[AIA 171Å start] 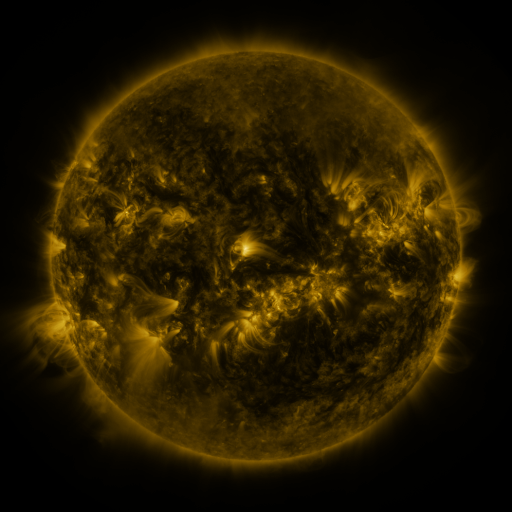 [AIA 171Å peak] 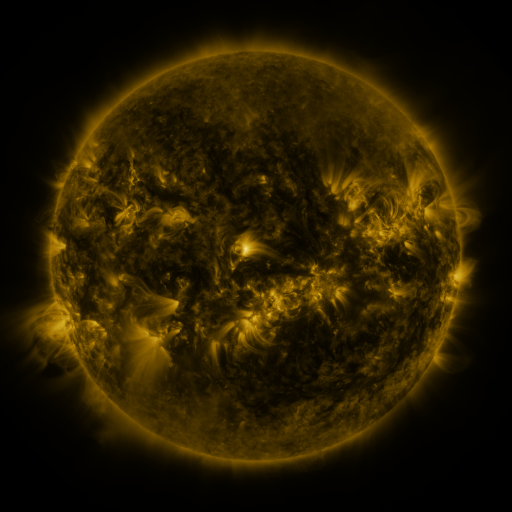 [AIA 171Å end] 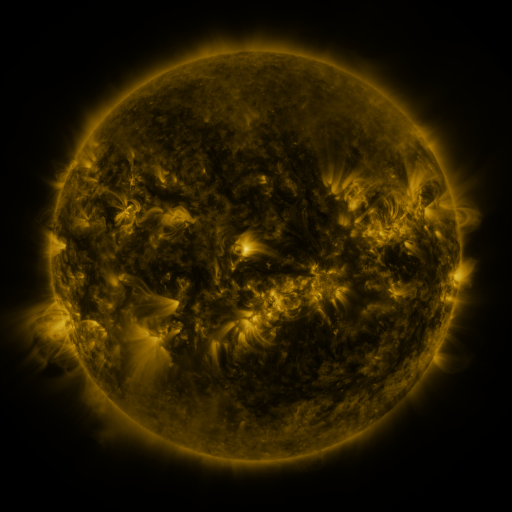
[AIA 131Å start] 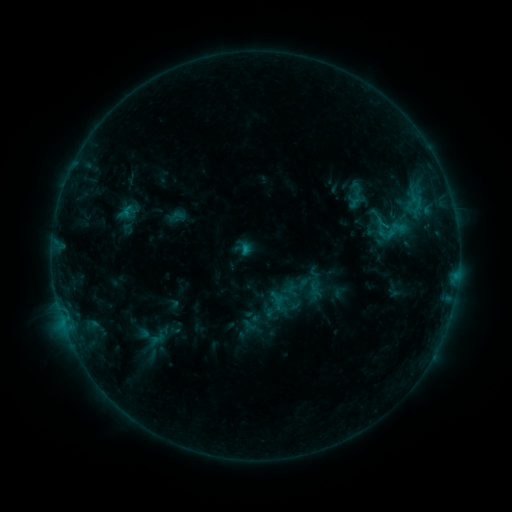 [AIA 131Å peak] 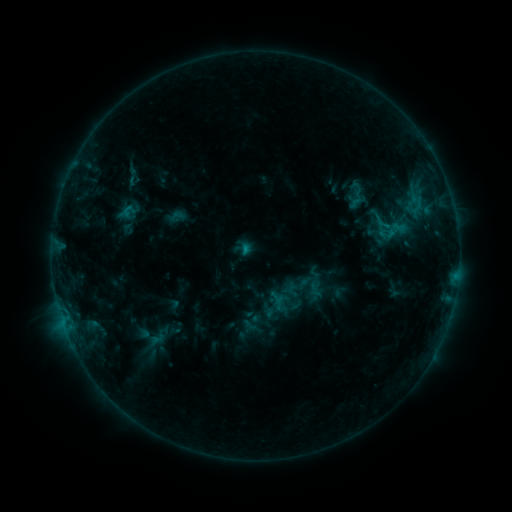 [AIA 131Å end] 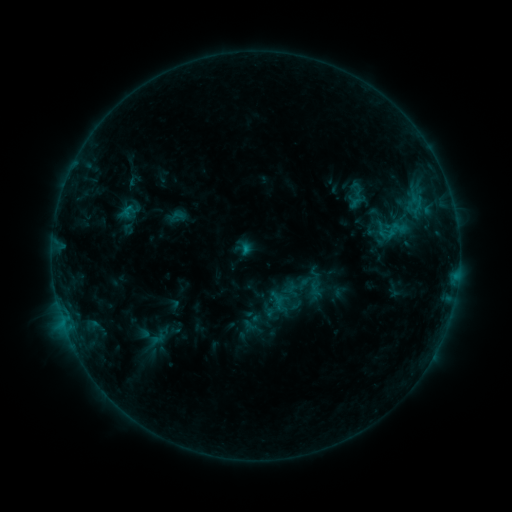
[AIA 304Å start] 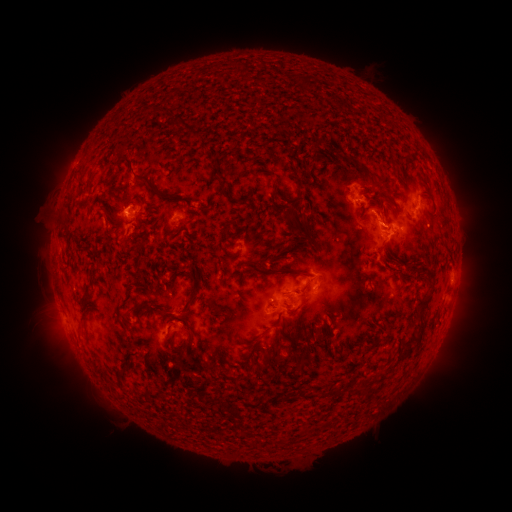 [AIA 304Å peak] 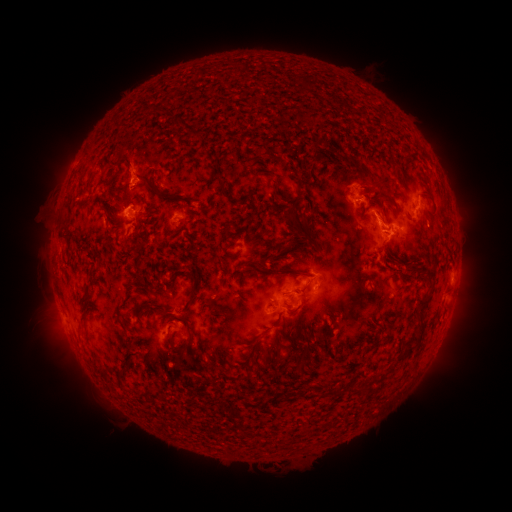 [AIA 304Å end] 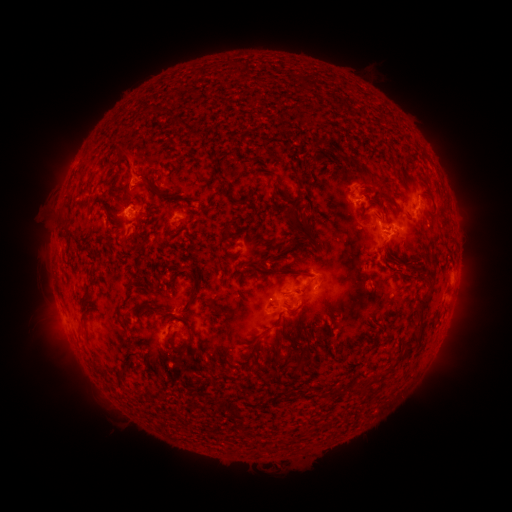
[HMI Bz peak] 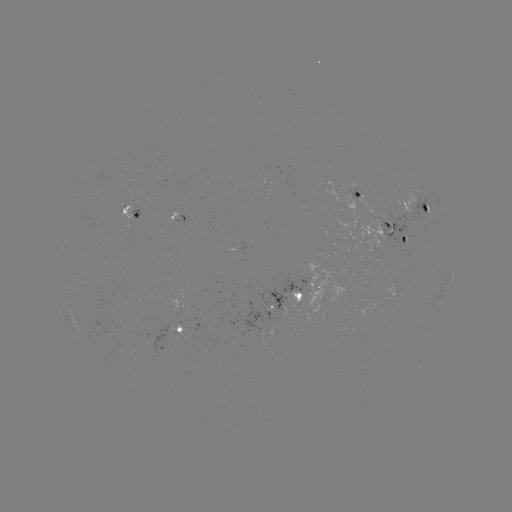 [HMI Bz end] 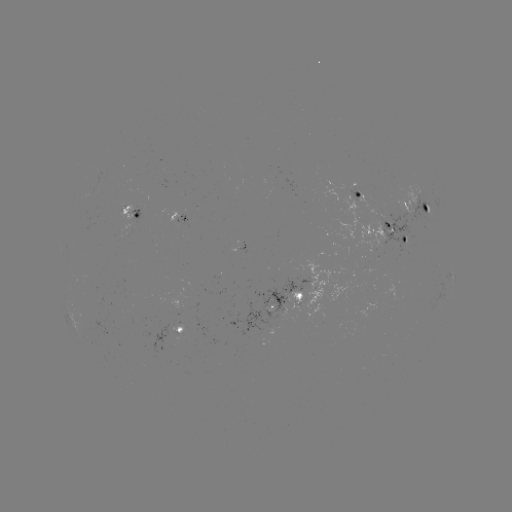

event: eruption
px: (133, 166)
